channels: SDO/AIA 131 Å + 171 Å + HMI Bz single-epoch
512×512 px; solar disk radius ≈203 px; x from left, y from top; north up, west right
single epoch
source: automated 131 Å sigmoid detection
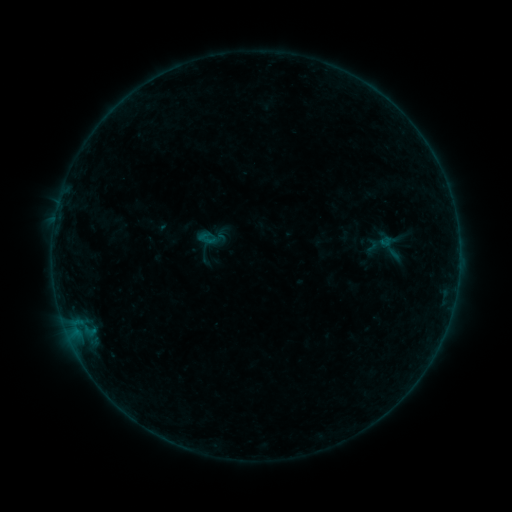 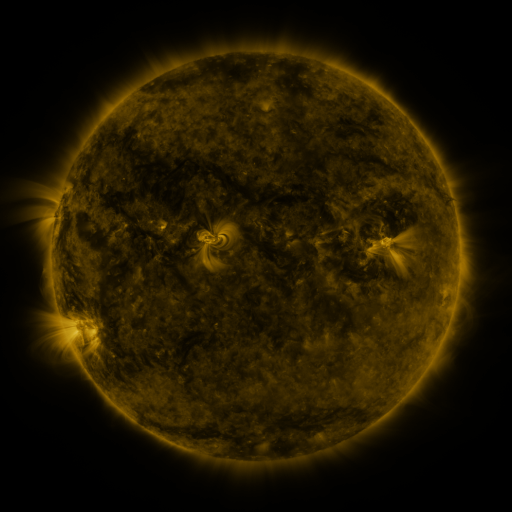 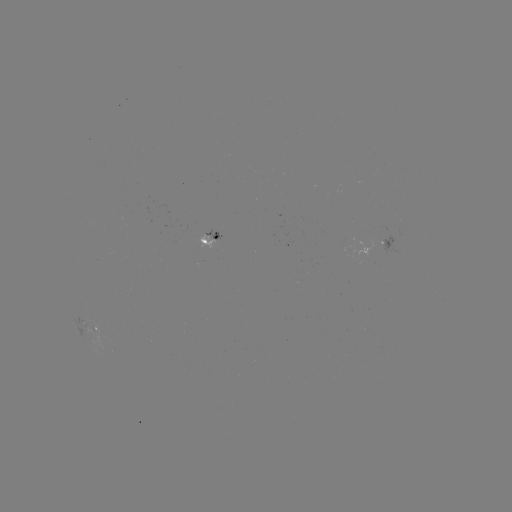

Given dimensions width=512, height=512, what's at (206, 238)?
sigmoid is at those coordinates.